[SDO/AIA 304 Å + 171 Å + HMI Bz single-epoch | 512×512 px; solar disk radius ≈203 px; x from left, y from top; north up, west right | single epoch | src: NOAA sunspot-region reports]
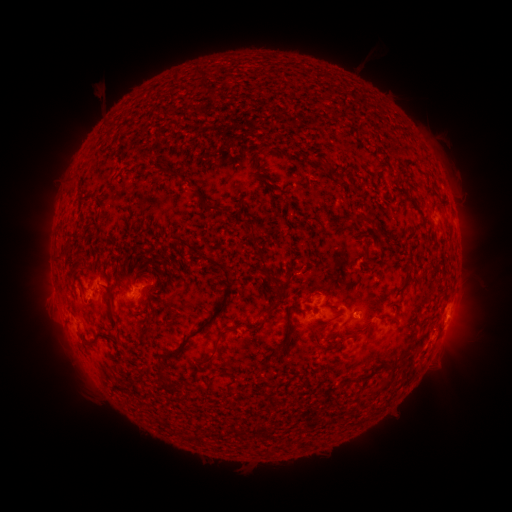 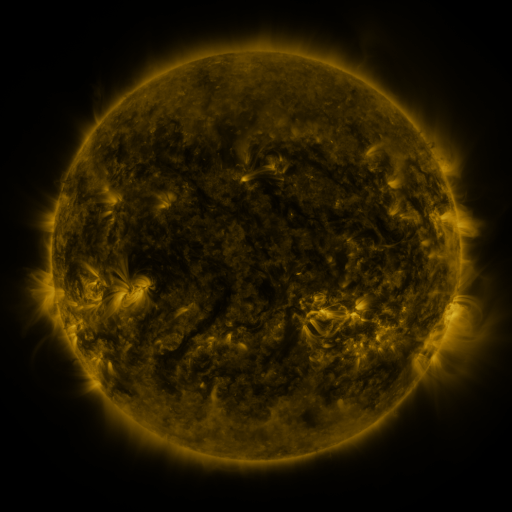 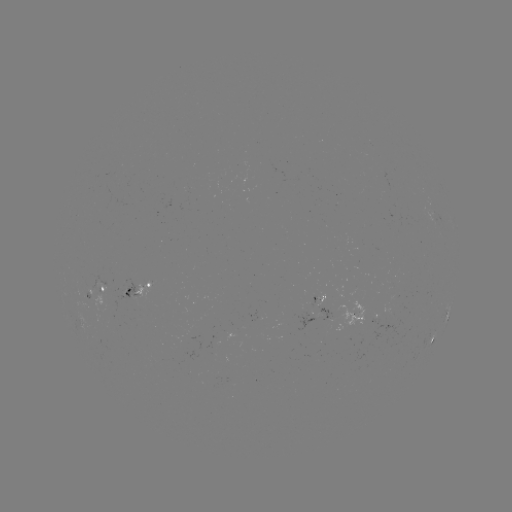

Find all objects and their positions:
spotted active region: (105, 290)
spotted active region: (141, 293)
spotted active region: (319, 313)
spotted active region: (446, 314)
spotted active region: (434, 337)
